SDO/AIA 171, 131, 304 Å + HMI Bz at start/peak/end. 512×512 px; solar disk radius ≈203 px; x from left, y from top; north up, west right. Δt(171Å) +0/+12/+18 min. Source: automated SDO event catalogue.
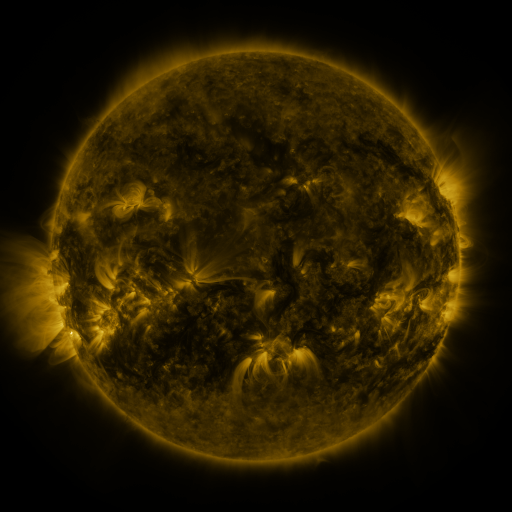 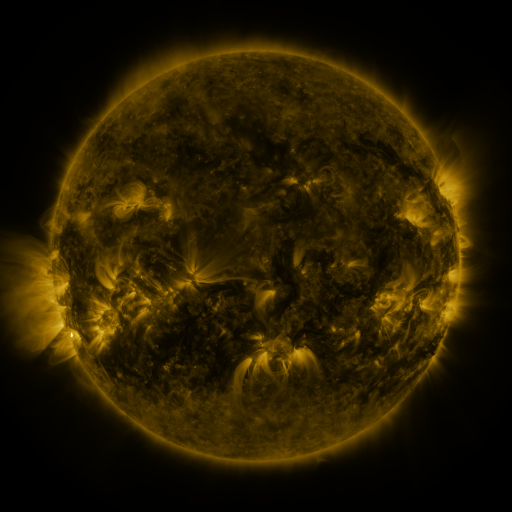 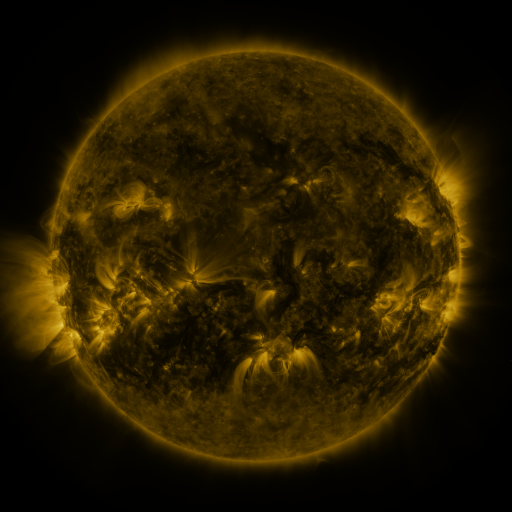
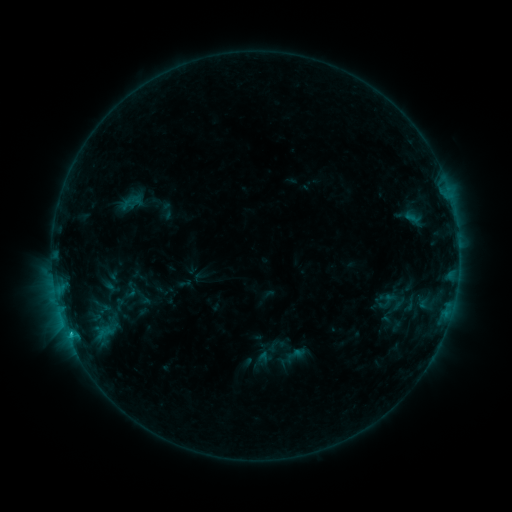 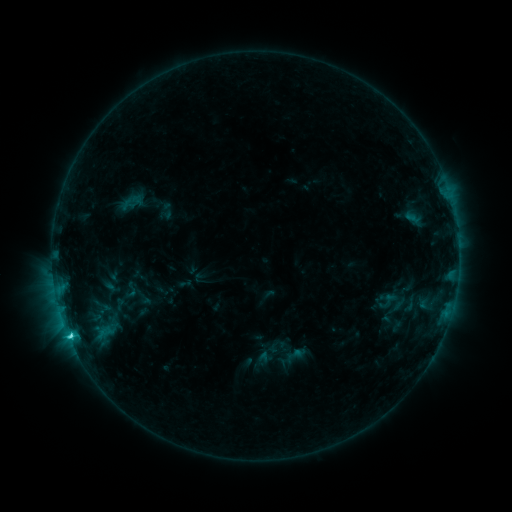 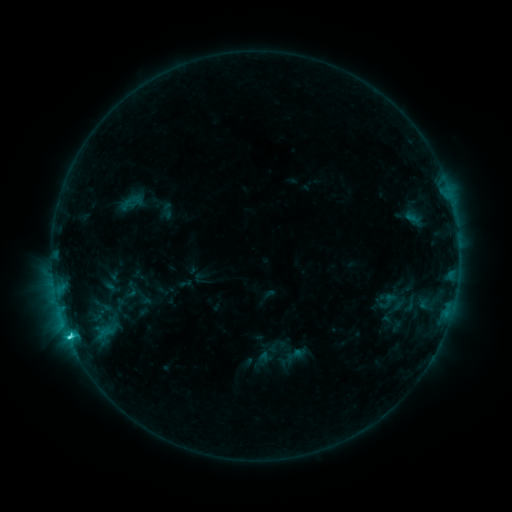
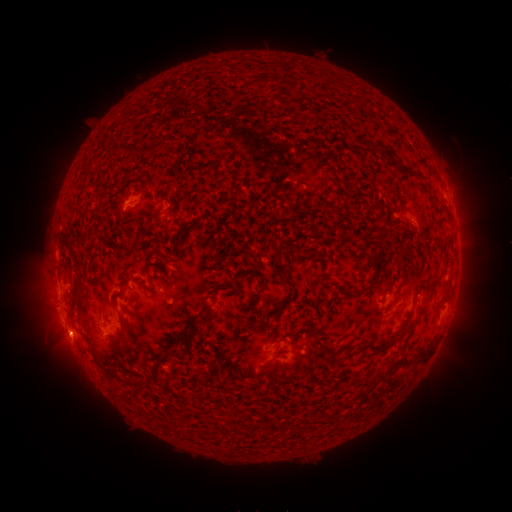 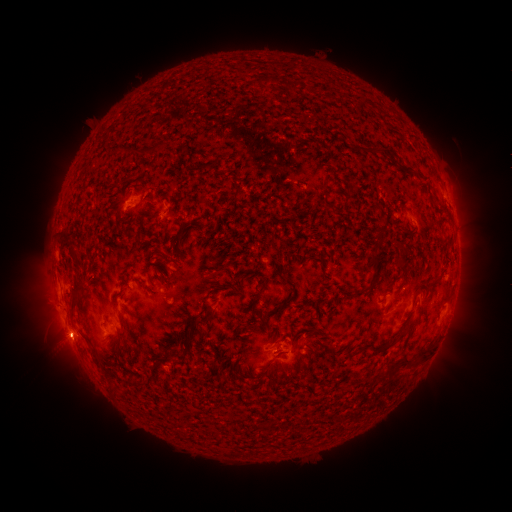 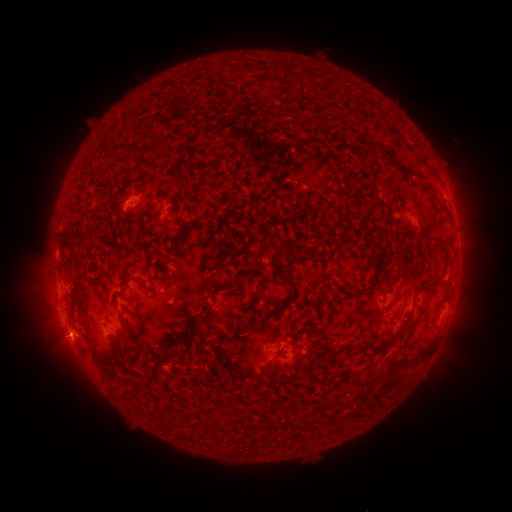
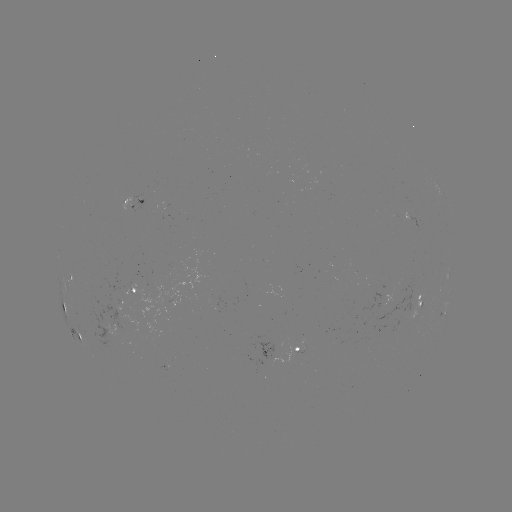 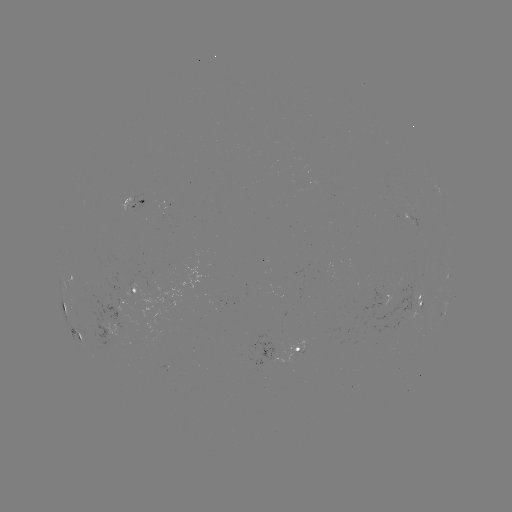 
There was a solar flare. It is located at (69, 334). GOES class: C2.3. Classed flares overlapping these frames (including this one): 1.